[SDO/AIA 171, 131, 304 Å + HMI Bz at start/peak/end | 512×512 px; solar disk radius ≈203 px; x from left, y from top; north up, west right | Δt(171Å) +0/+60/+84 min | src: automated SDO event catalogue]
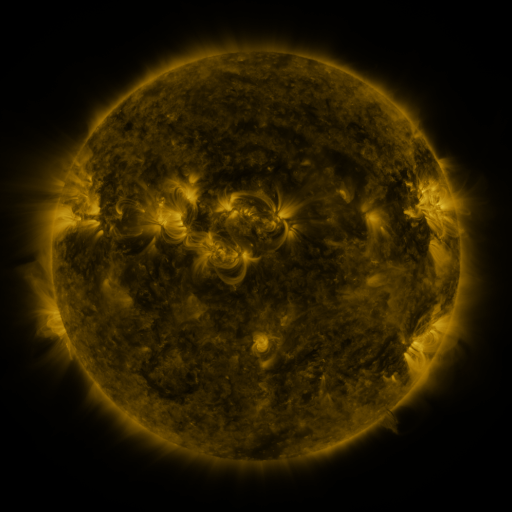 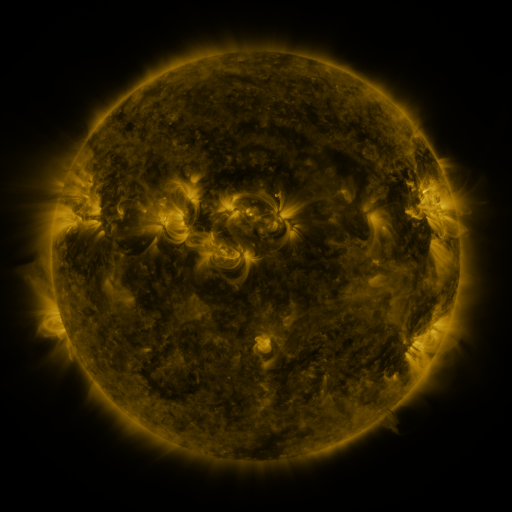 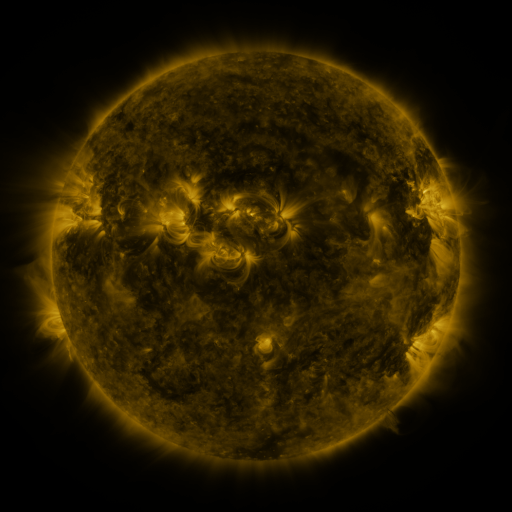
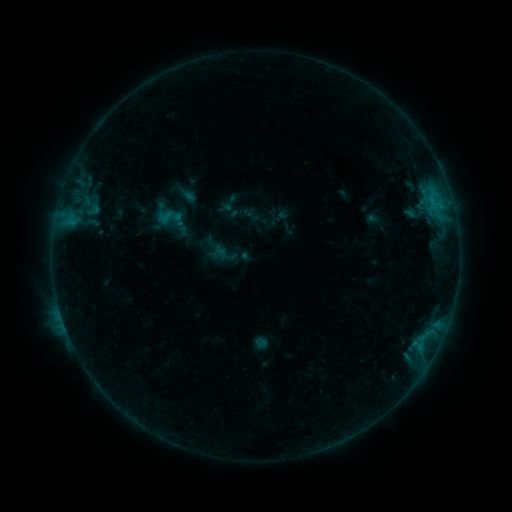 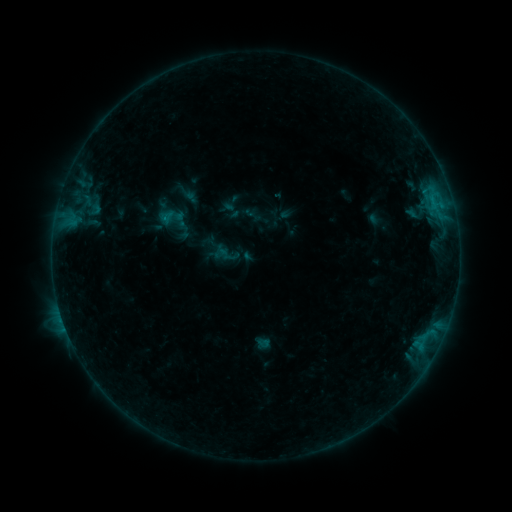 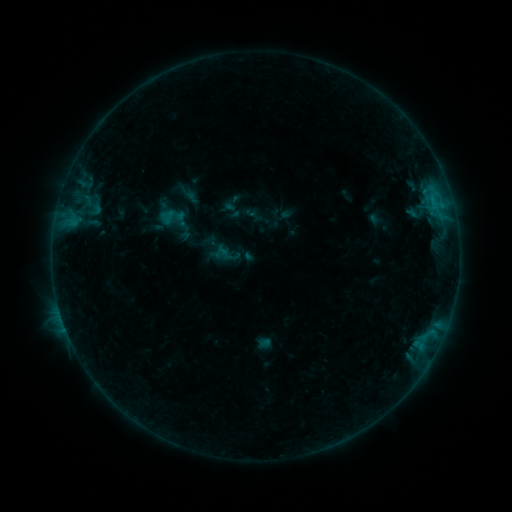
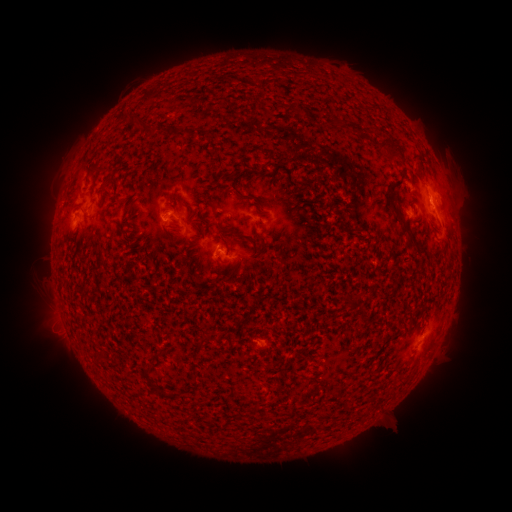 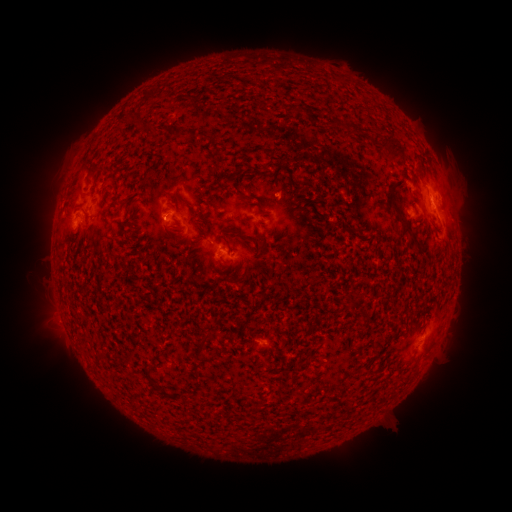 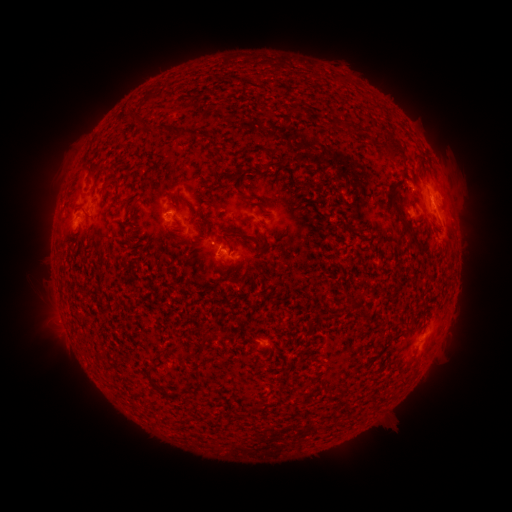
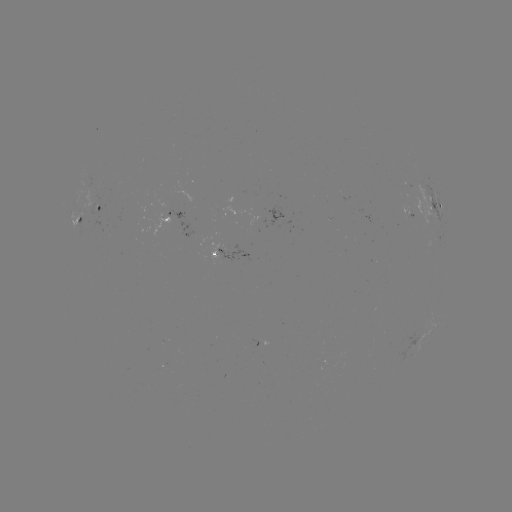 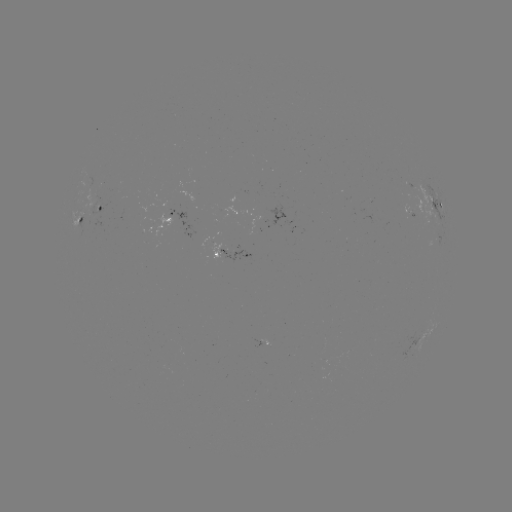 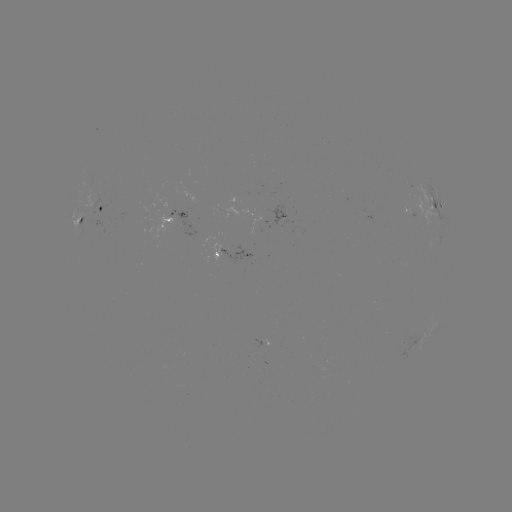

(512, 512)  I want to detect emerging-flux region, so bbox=[253, 340, 263, 347].